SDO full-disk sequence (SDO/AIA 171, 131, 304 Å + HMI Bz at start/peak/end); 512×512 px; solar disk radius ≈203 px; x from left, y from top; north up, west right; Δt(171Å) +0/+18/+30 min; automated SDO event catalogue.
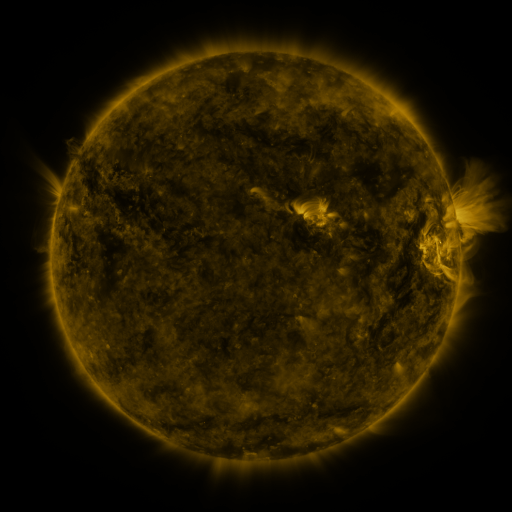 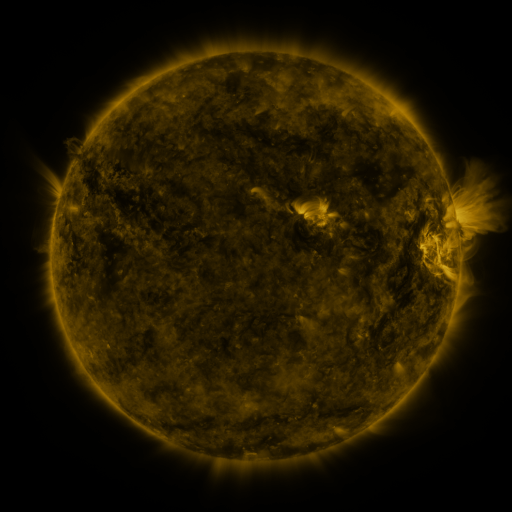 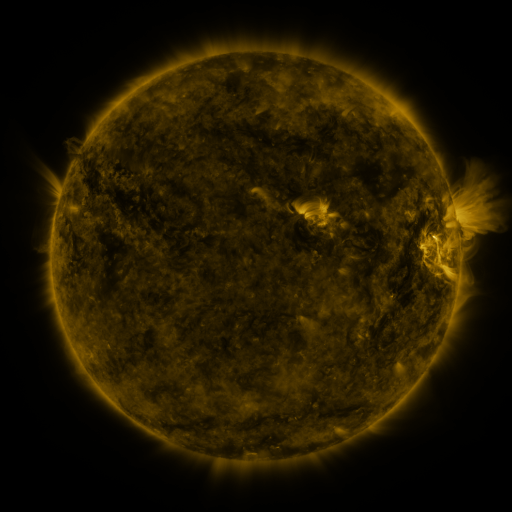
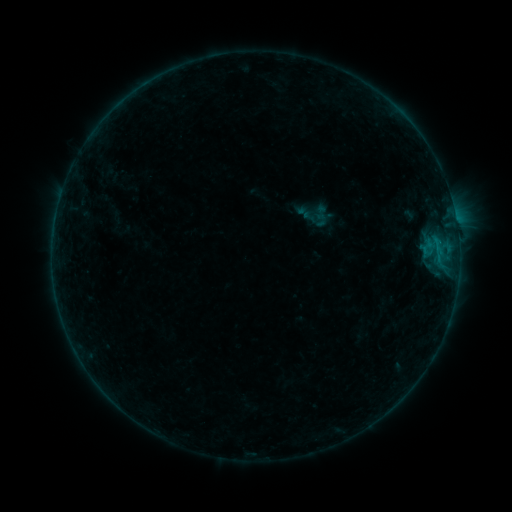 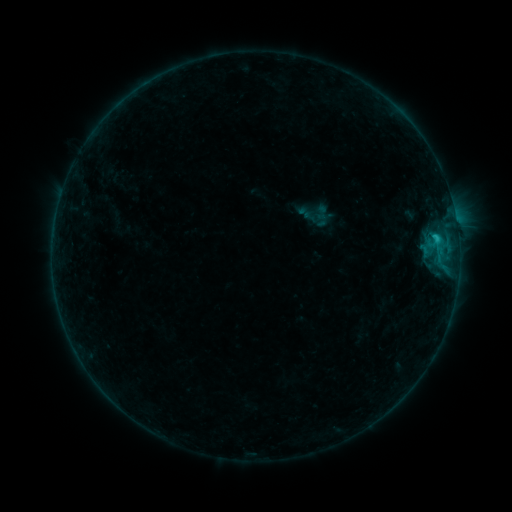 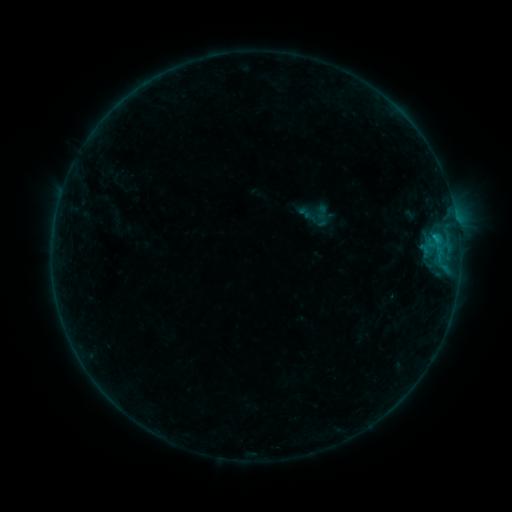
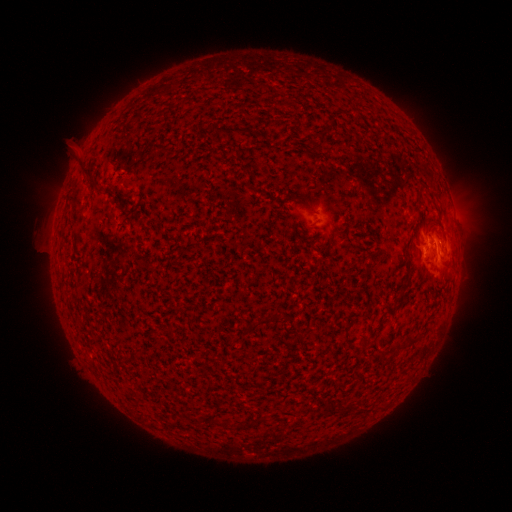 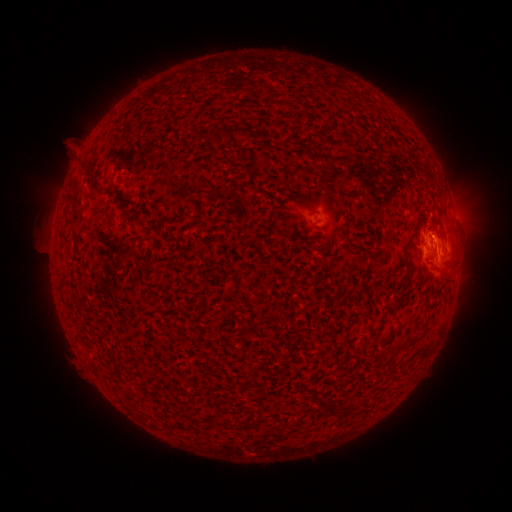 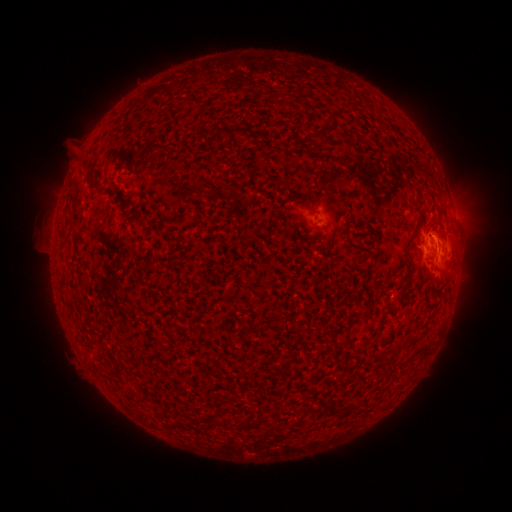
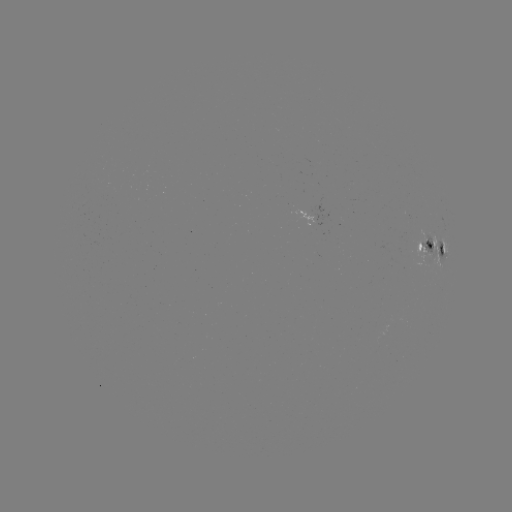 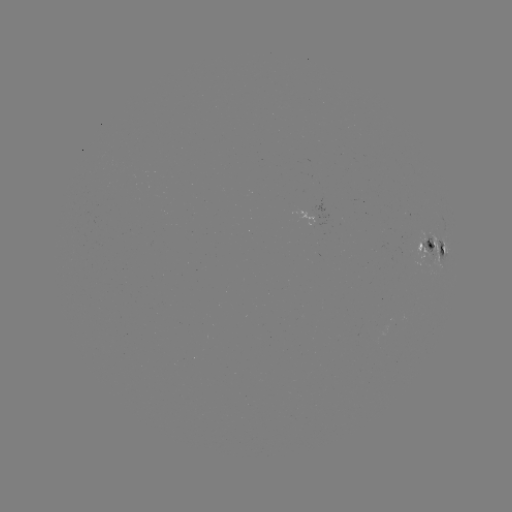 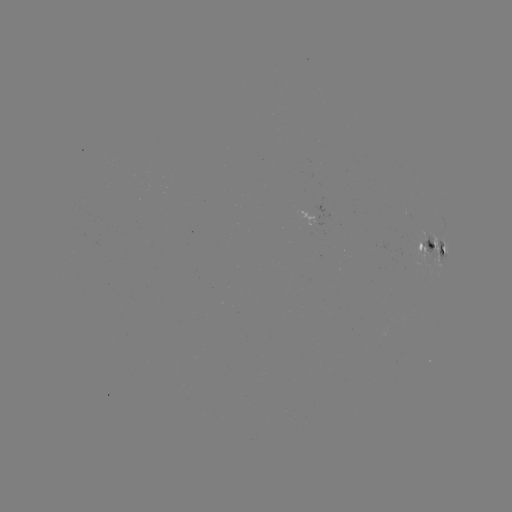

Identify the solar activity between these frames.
B9.1 flare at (434, 239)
